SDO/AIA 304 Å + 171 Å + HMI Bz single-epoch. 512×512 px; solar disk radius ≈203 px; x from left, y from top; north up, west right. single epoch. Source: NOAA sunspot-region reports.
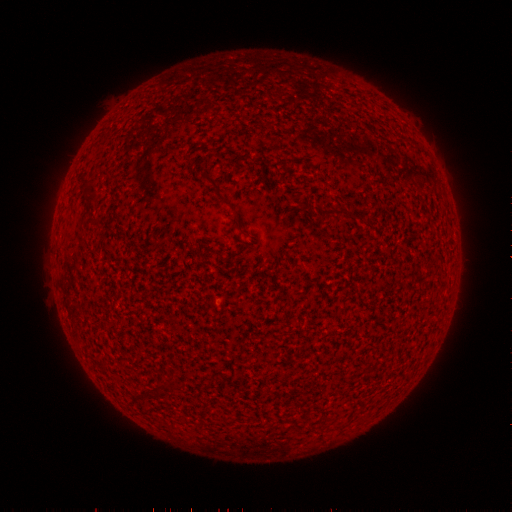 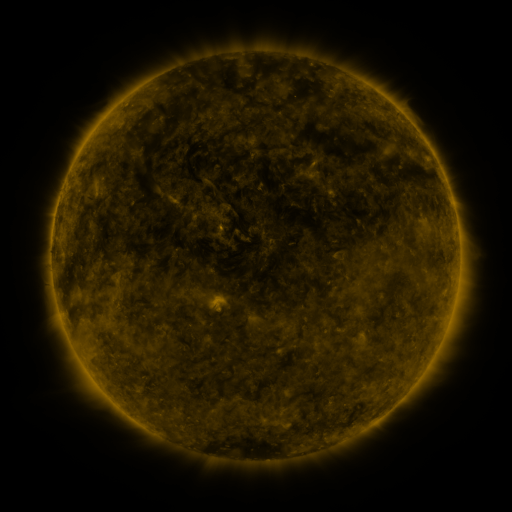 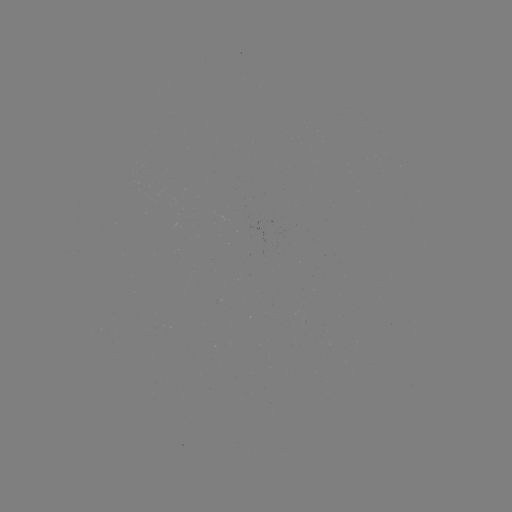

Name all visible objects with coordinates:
(none)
